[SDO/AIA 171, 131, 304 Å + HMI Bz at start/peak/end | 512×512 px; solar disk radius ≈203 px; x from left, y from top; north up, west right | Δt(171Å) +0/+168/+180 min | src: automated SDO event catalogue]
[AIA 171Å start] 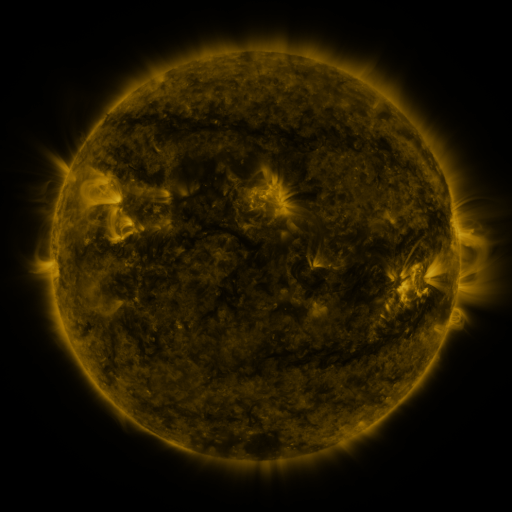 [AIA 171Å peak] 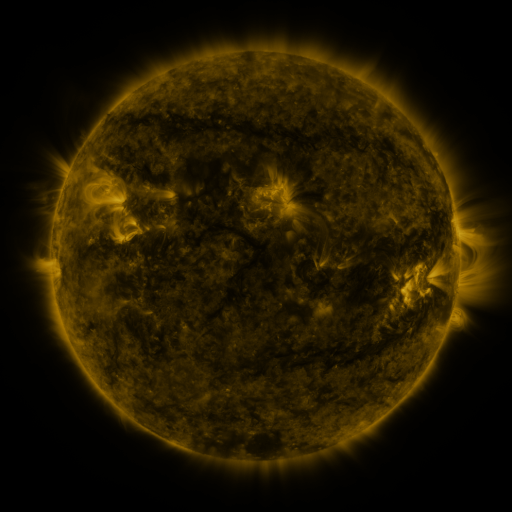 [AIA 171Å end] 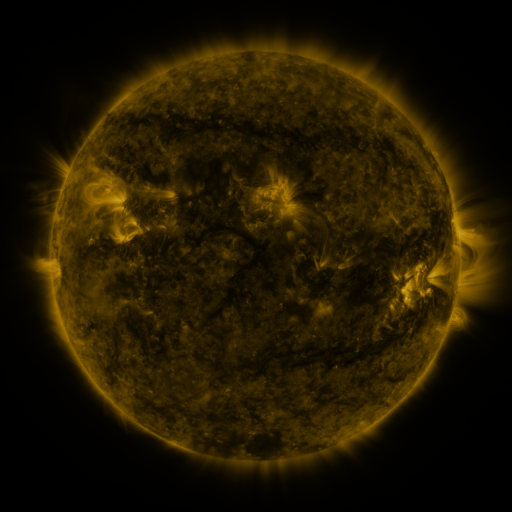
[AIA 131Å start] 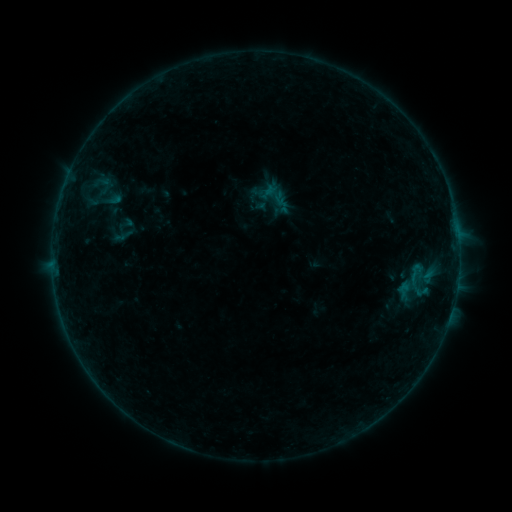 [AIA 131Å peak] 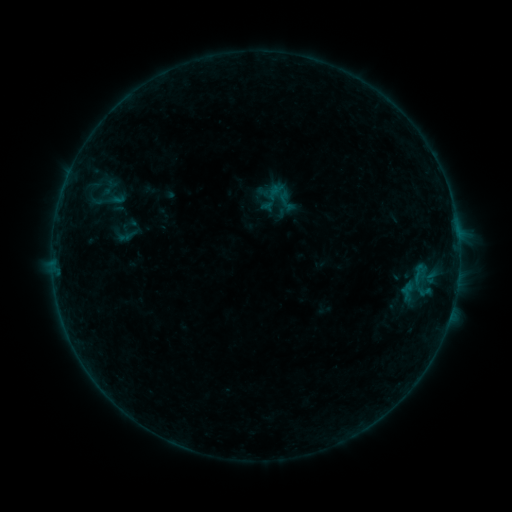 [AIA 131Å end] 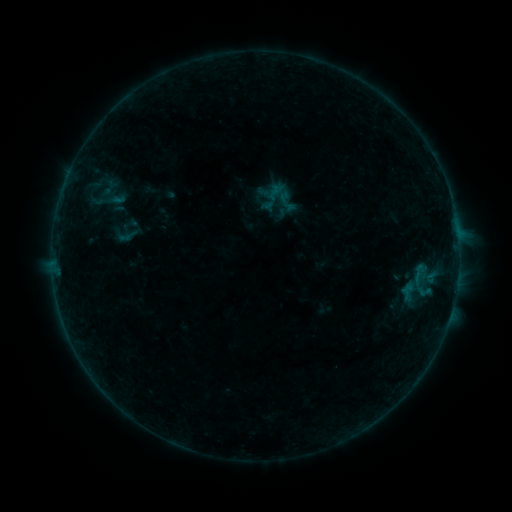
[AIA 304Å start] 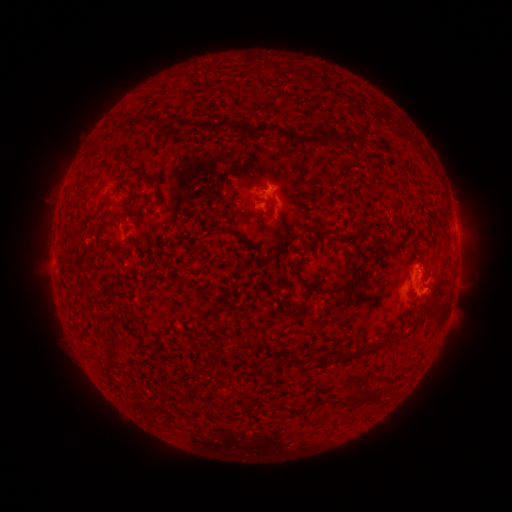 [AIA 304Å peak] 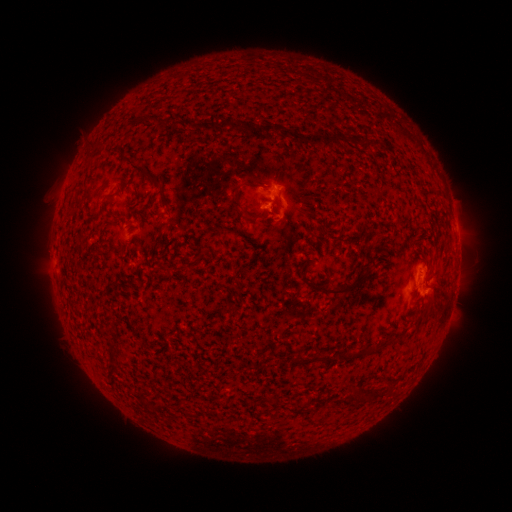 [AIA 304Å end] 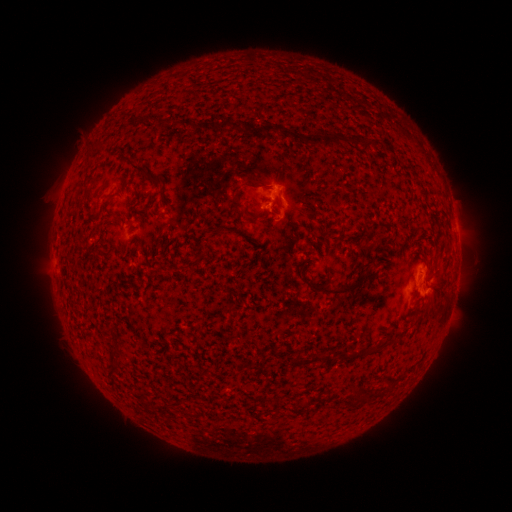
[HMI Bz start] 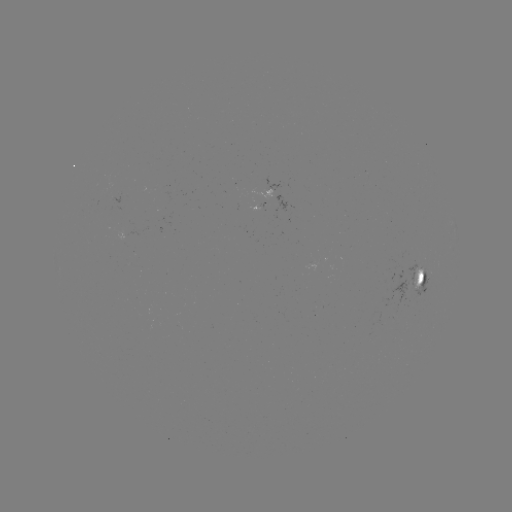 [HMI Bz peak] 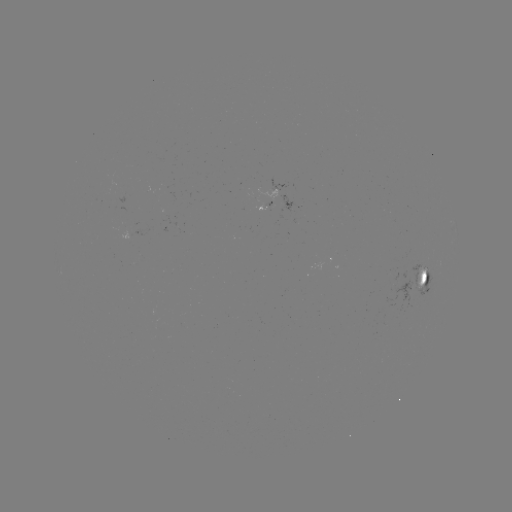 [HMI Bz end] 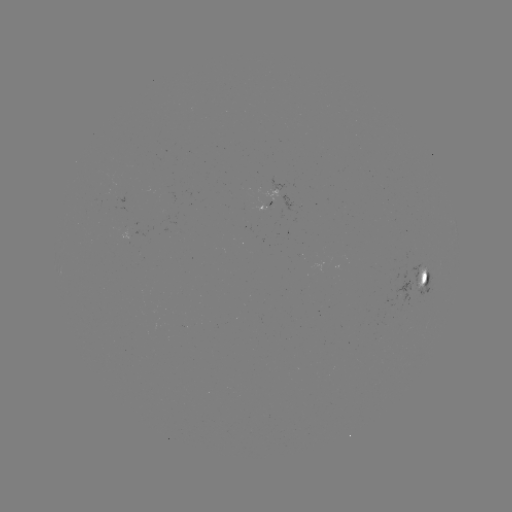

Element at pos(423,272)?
emerging-flux region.